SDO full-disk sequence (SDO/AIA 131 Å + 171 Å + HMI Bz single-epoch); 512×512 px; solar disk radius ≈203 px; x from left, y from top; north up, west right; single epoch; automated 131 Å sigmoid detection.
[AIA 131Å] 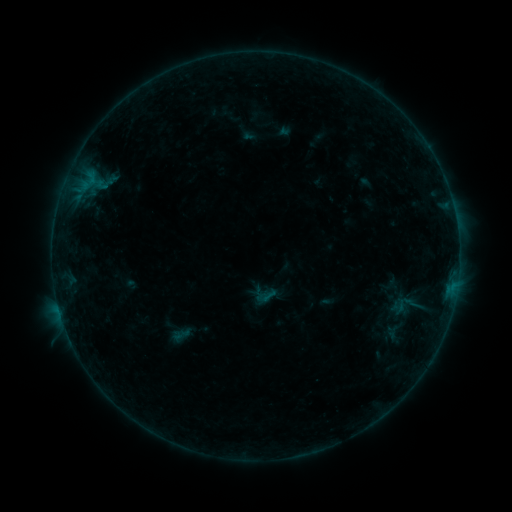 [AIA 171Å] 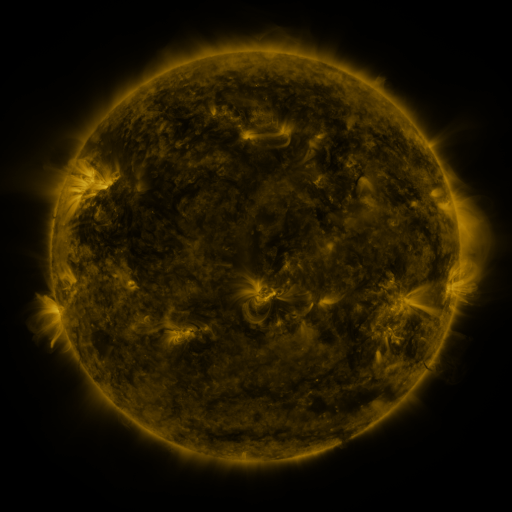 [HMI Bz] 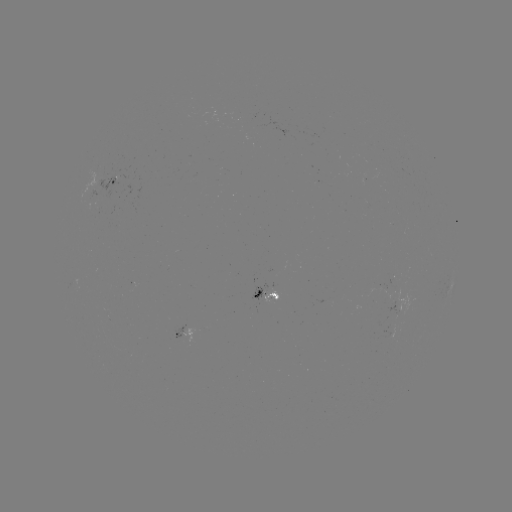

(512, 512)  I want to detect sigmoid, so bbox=[258, 285, 276, 304].